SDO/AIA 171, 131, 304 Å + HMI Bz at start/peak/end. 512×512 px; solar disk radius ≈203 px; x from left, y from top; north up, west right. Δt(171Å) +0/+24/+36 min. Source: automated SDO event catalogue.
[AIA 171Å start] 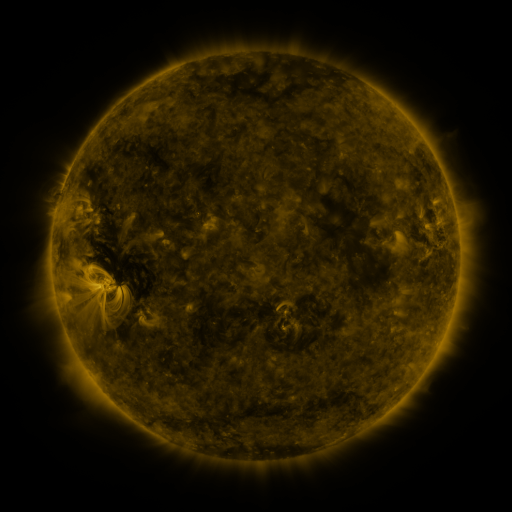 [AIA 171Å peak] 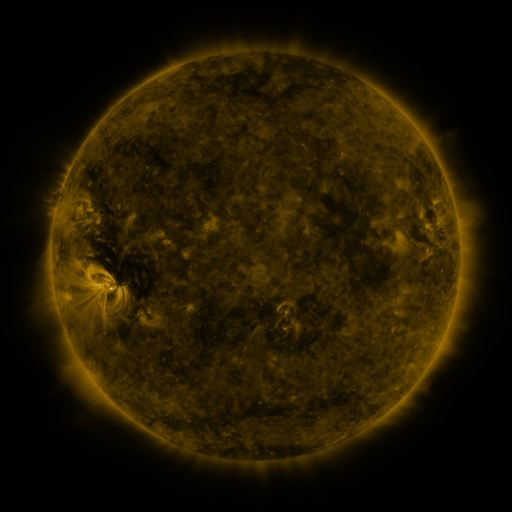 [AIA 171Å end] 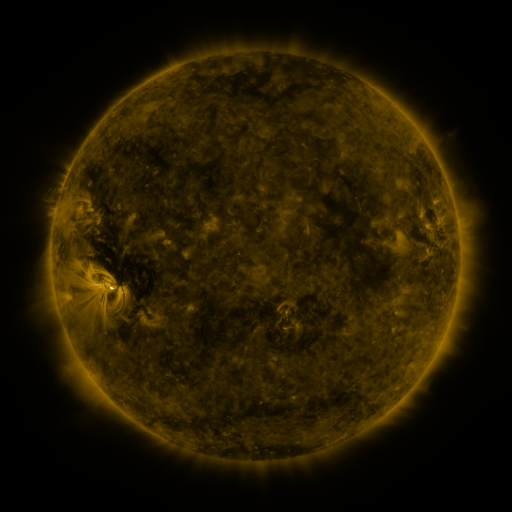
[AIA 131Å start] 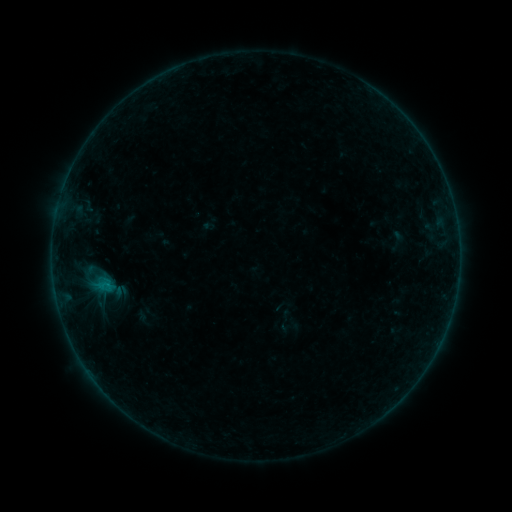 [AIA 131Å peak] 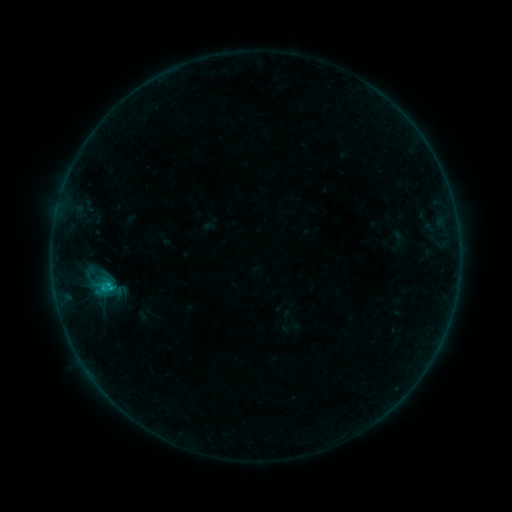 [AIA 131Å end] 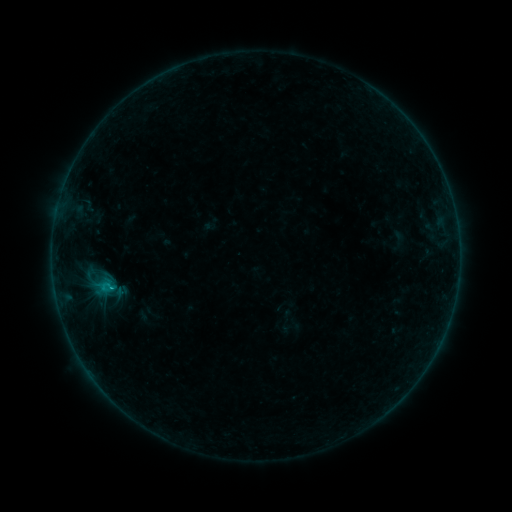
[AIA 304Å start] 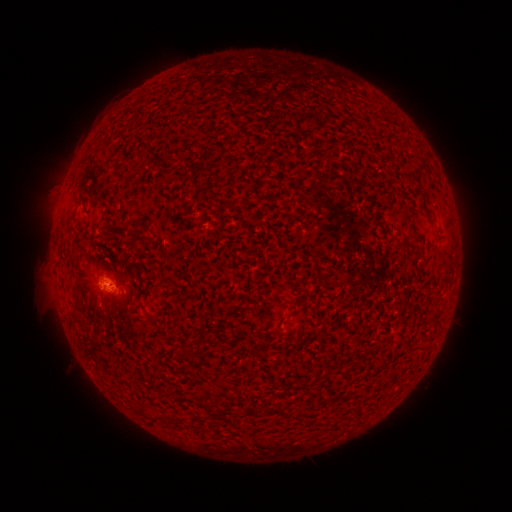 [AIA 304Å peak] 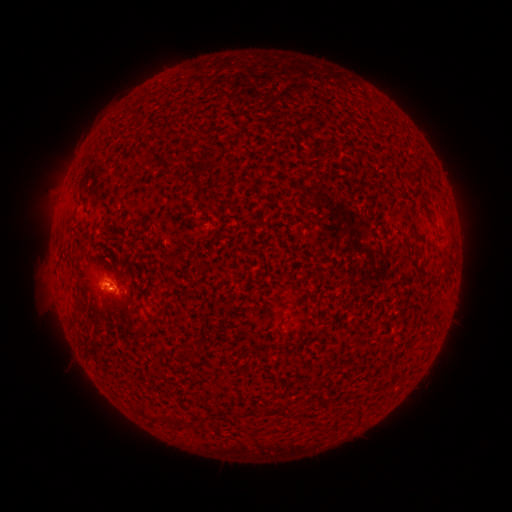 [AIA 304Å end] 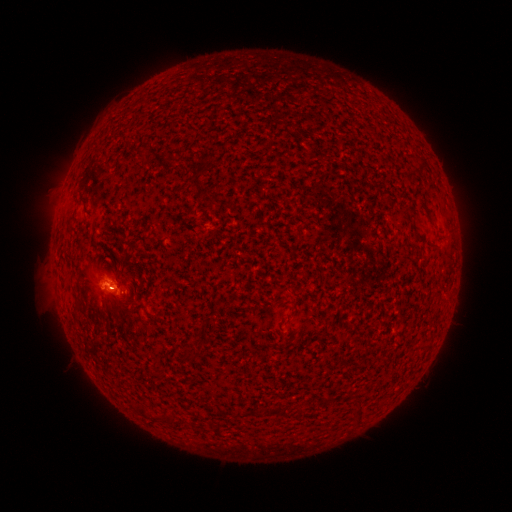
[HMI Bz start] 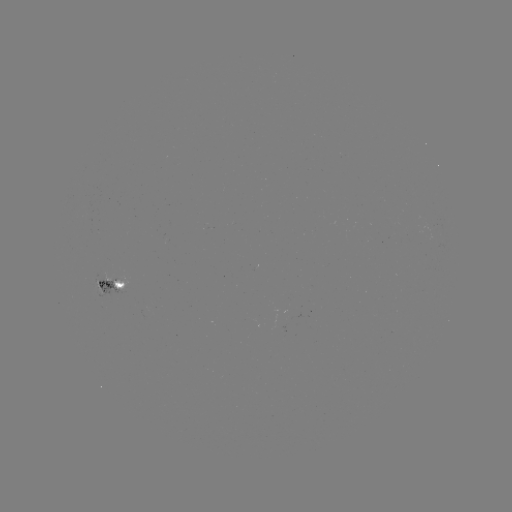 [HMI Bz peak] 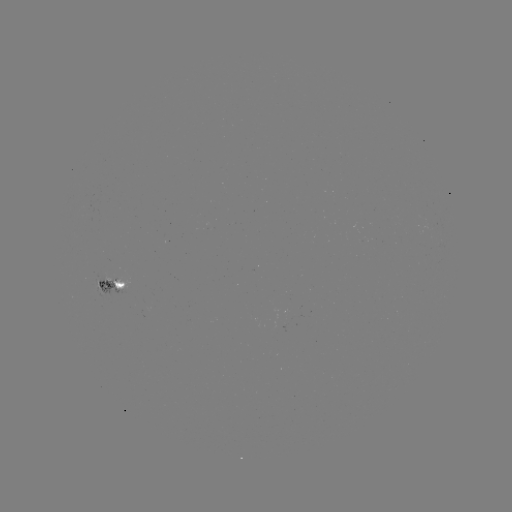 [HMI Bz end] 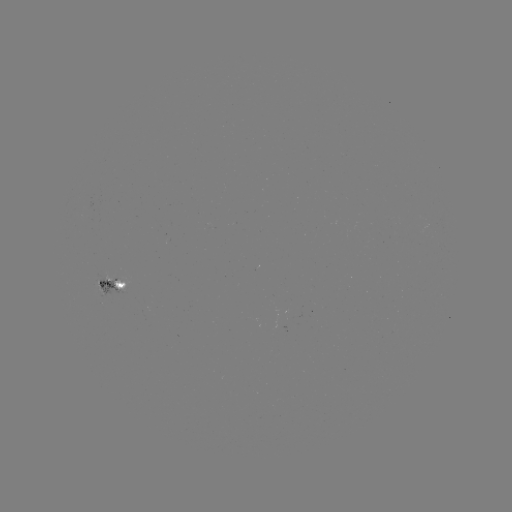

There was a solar flare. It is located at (109, 282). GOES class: B6.5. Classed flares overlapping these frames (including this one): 1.